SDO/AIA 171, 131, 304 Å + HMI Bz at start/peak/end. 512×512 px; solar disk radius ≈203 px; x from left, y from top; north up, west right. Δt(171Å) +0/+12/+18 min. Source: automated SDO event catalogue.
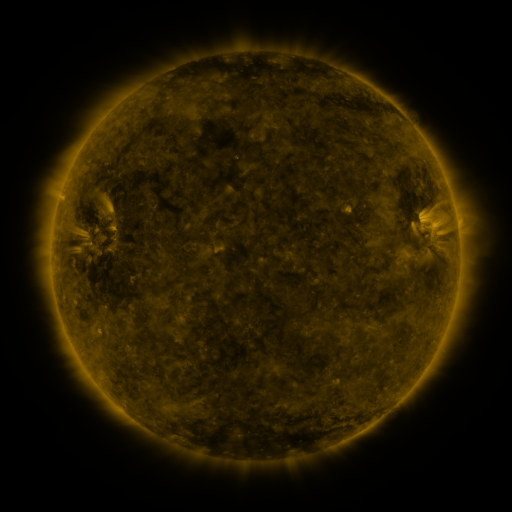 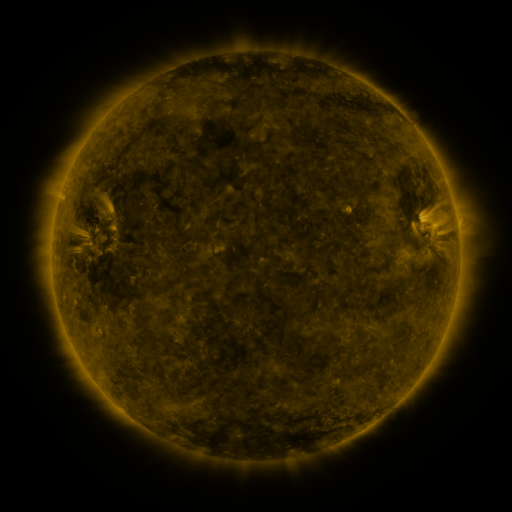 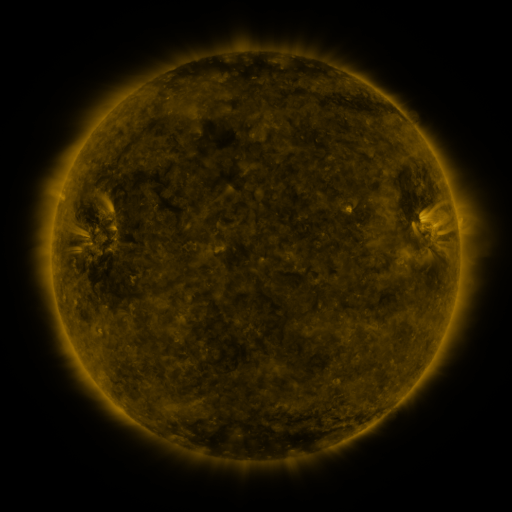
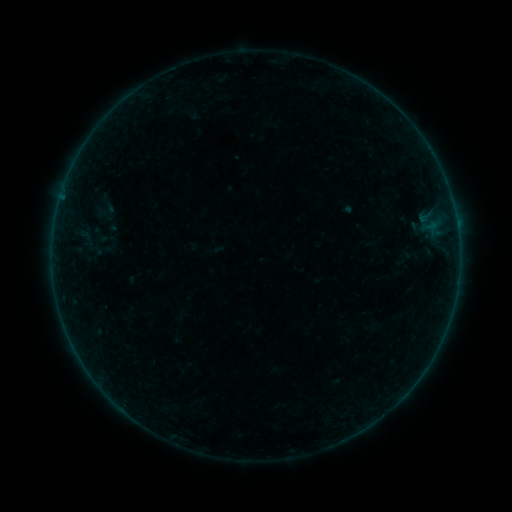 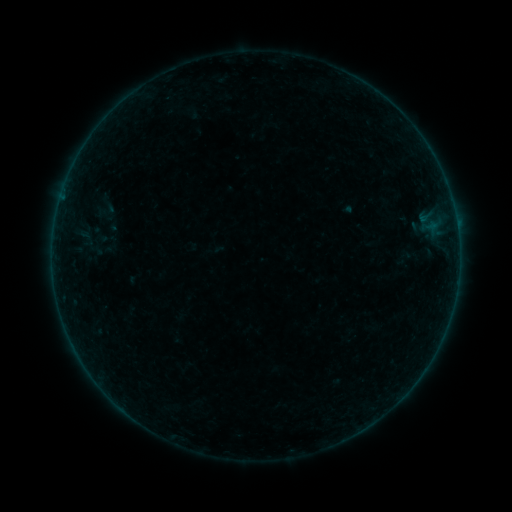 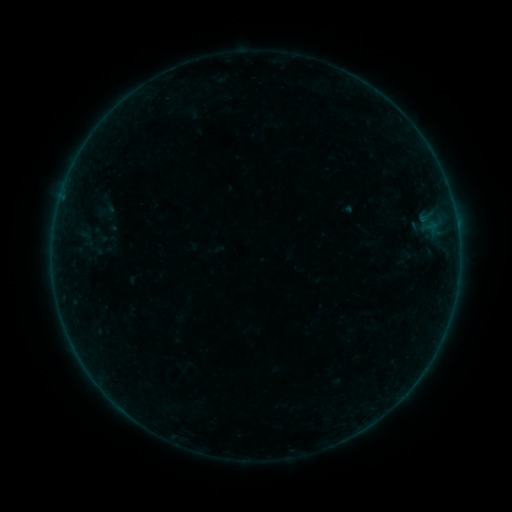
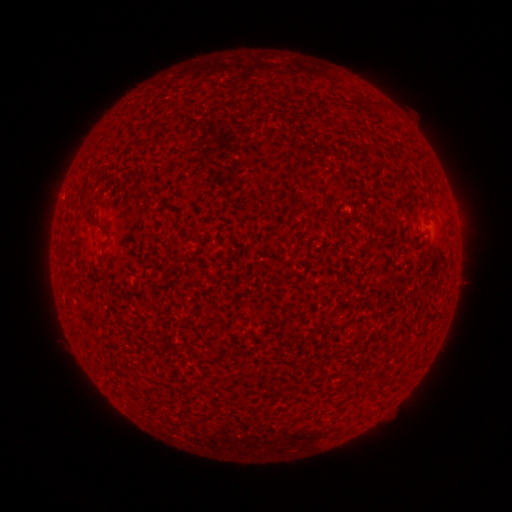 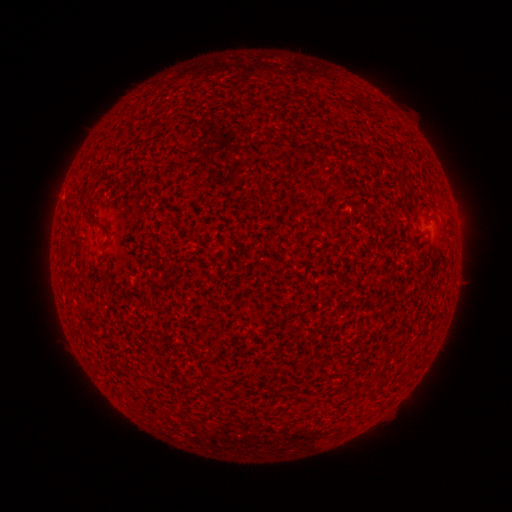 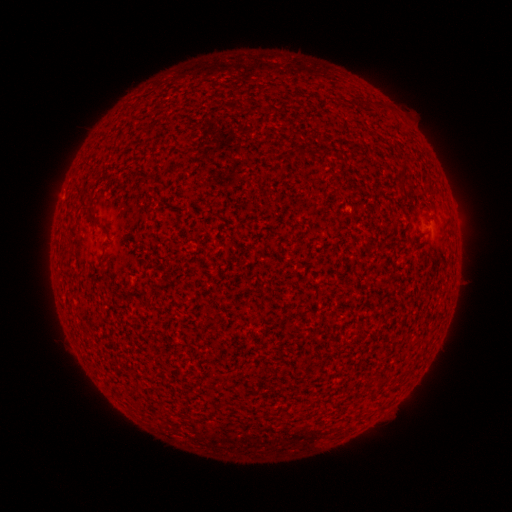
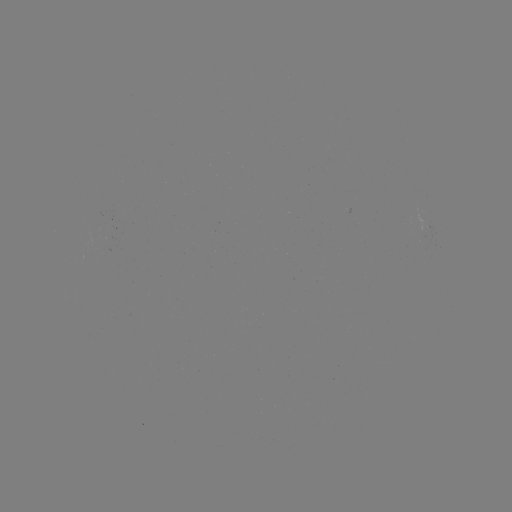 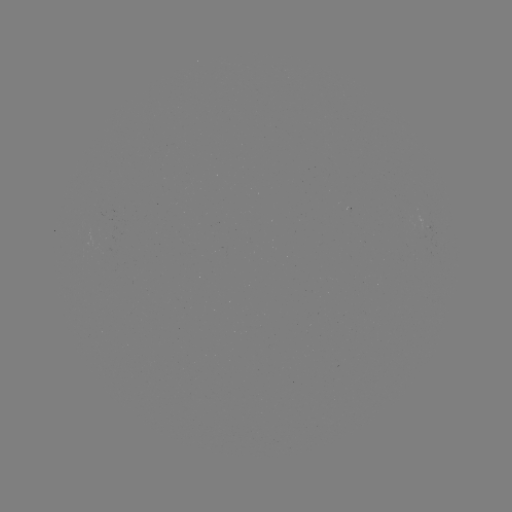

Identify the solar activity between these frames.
no flare in any classed list; no EUV-trigger detection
